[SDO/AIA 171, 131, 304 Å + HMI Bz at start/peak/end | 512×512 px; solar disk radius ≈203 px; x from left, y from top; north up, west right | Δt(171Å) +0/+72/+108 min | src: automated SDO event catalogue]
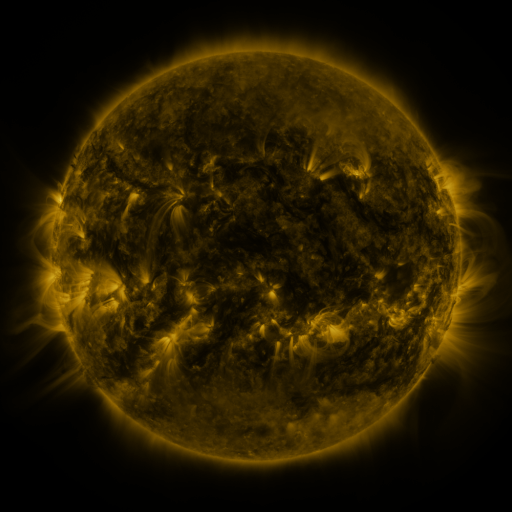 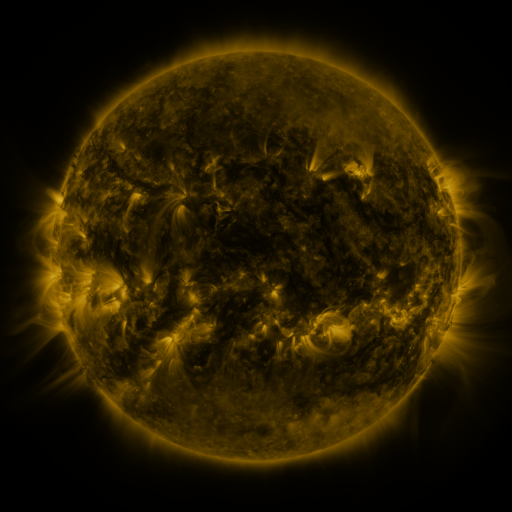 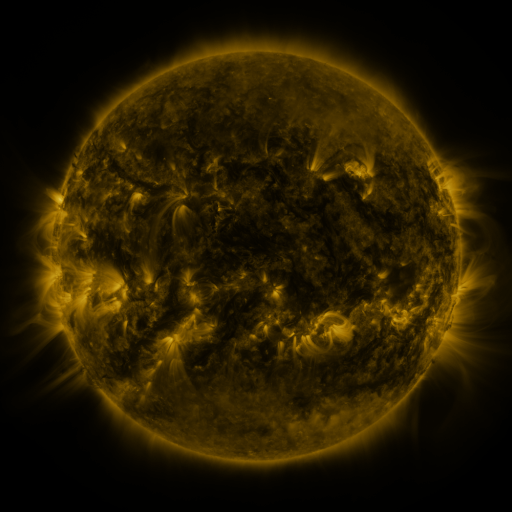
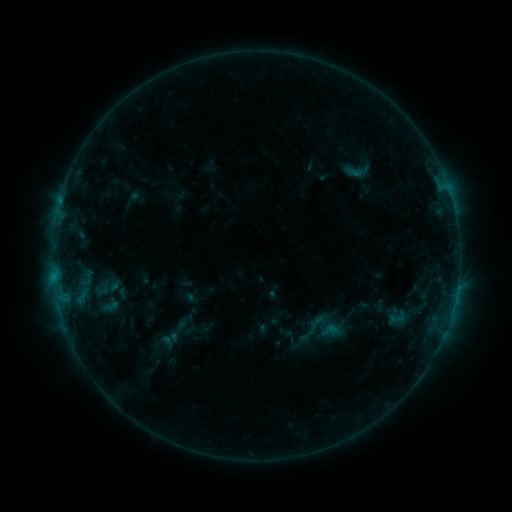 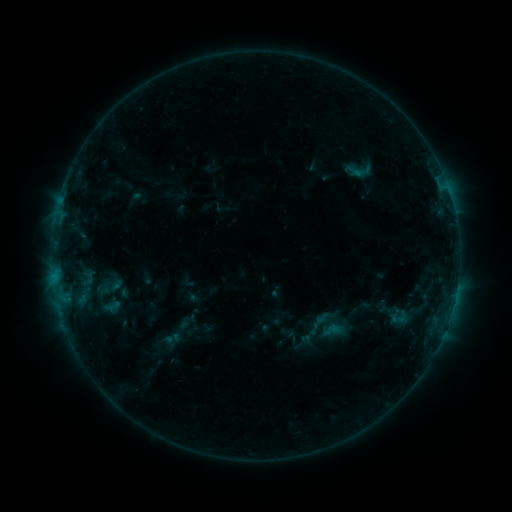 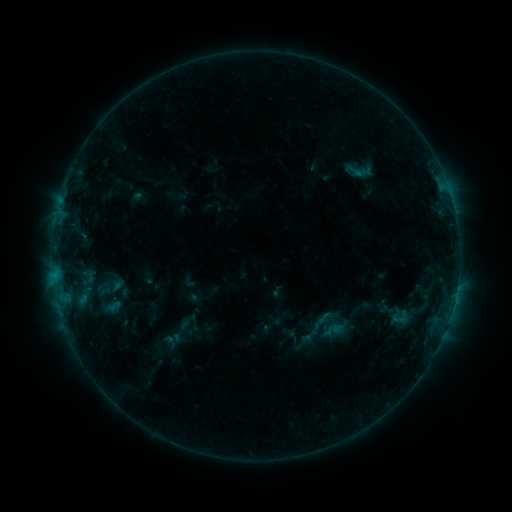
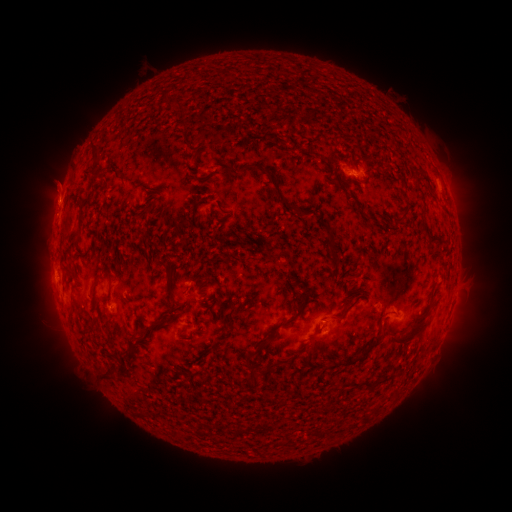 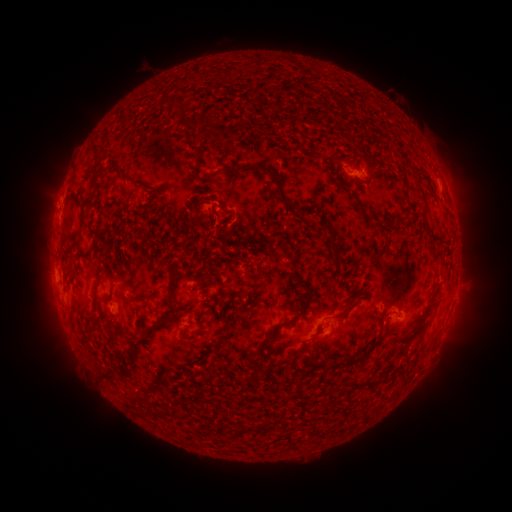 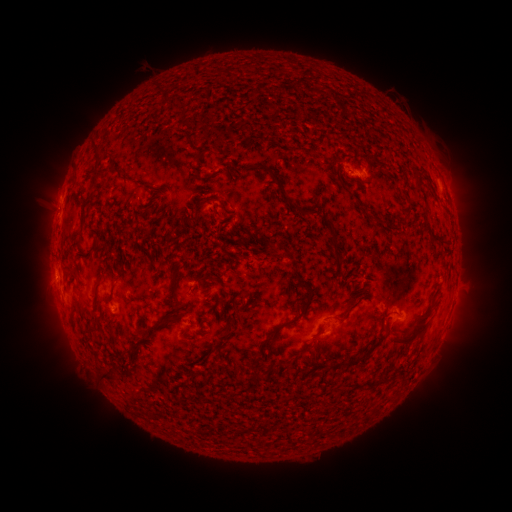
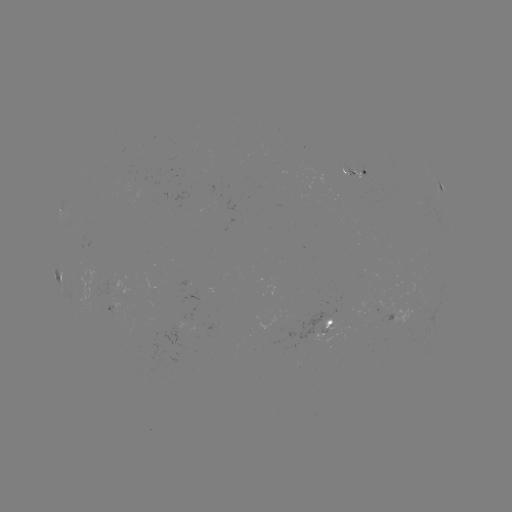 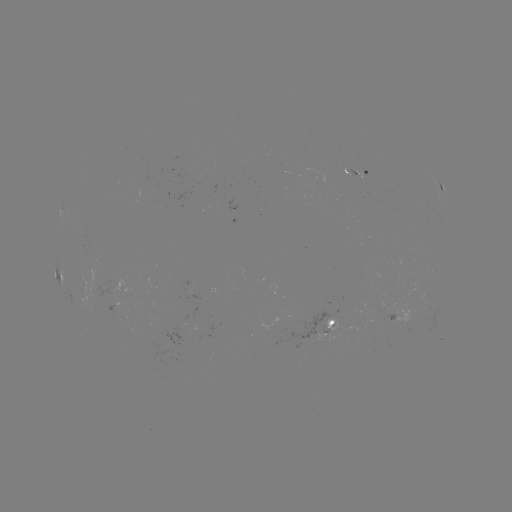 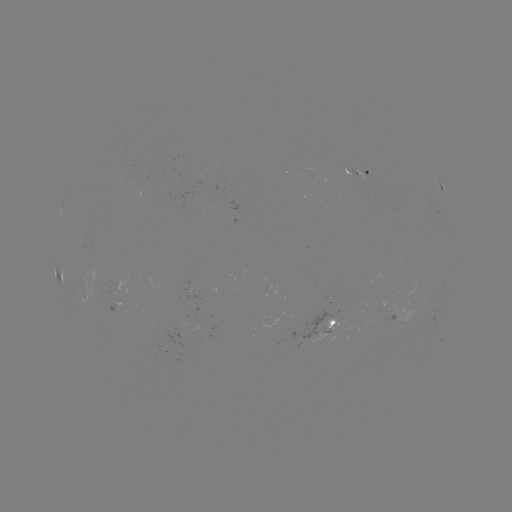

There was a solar emerging-flux region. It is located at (384, 322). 